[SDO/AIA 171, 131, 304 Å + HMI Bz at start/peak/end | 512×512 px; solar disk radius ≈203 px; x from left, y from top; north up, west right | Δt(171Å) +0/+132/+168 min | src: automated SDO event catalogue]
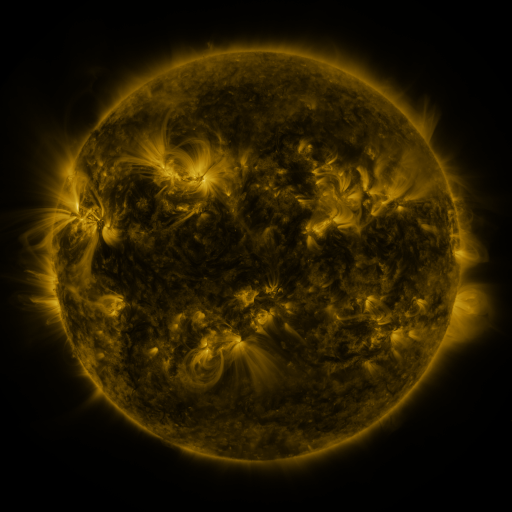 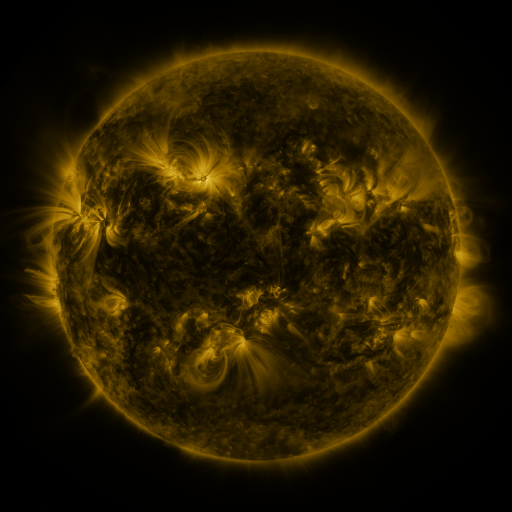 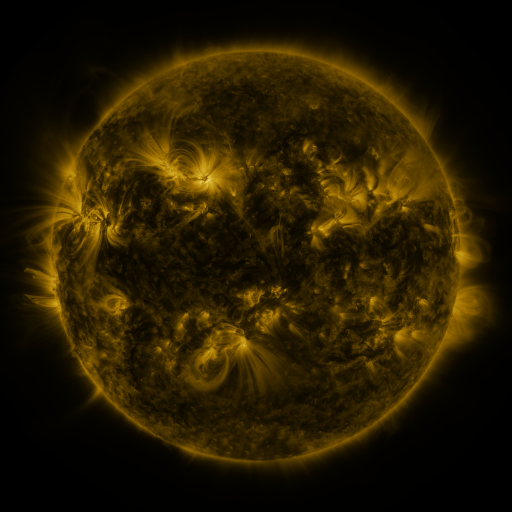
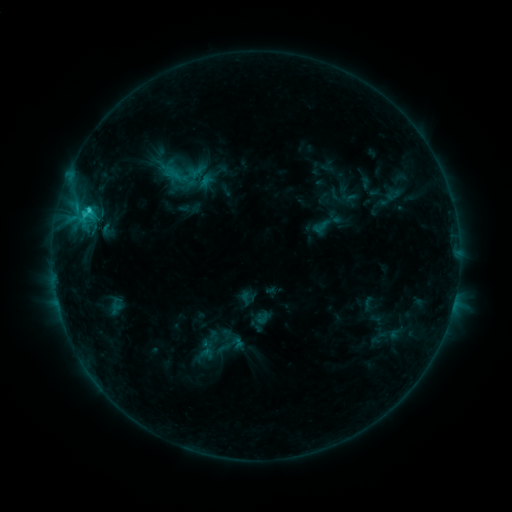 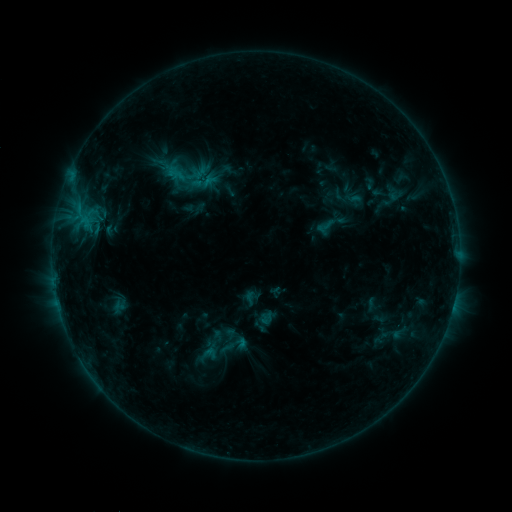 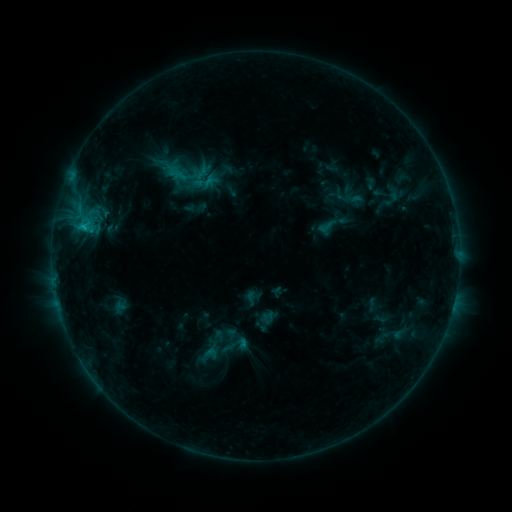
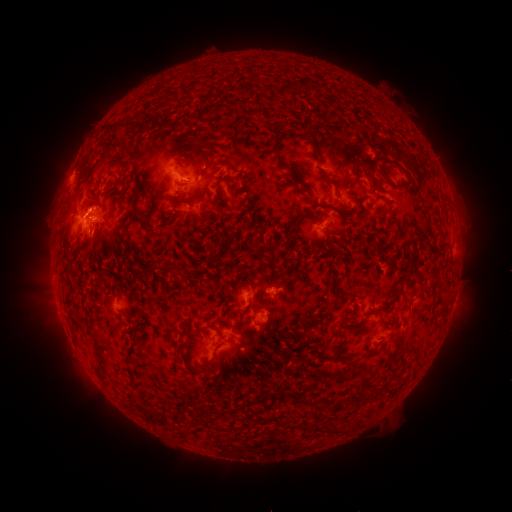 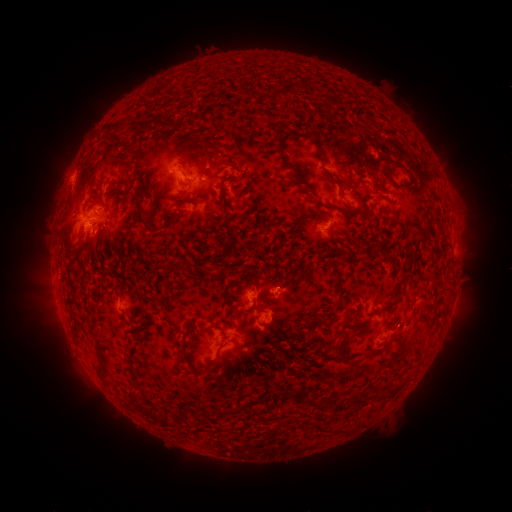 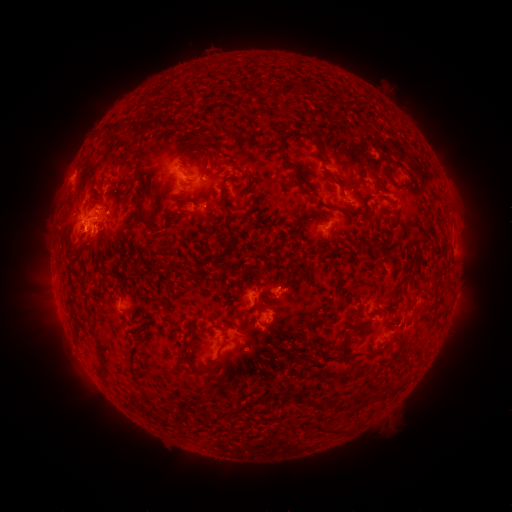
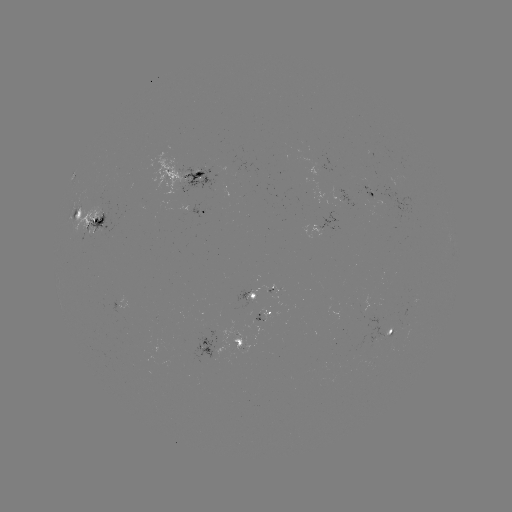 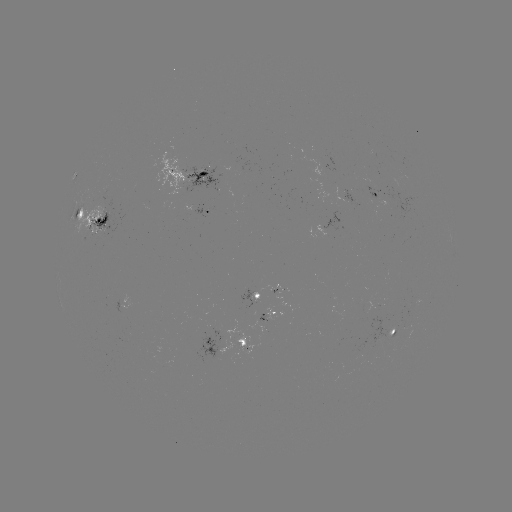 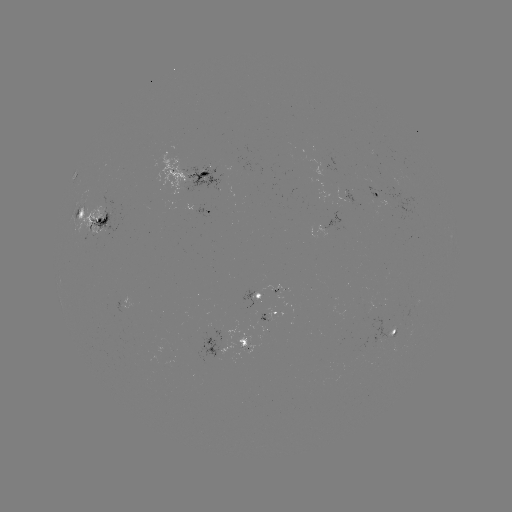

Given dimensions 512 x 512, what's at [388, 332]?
emerging-flux region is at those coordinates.